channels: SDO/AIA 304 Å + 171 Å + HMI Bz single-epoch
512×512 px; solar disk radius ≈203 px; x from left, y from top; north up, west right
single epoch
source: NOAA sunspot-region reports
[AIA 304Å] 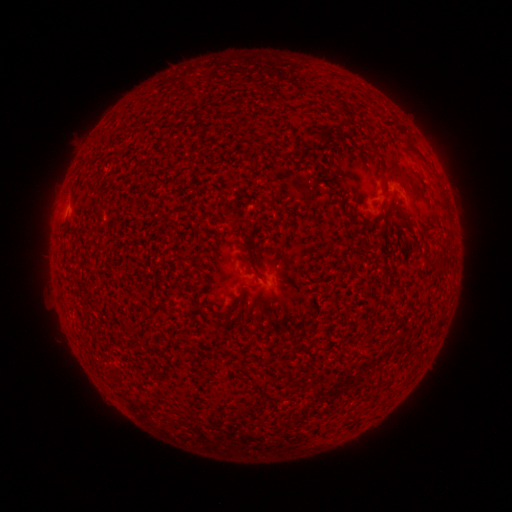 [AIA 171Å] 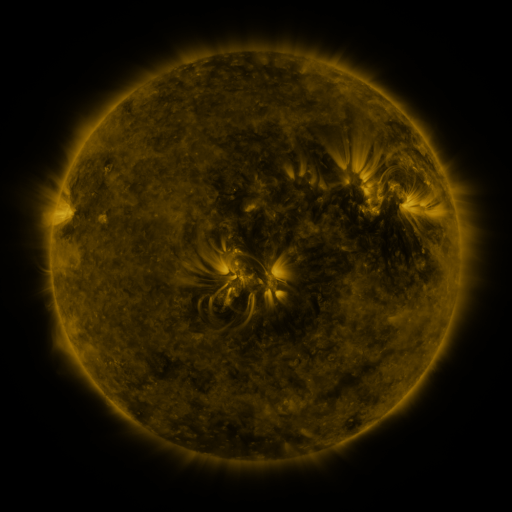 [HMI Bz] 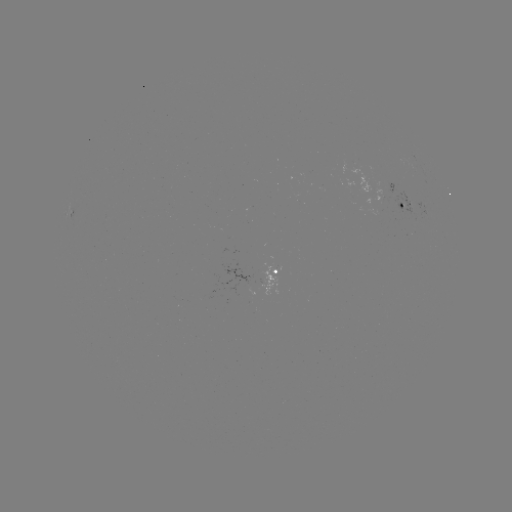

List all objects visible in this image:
spotted active region: (409, 210)
spotted active region: (277, 272)
